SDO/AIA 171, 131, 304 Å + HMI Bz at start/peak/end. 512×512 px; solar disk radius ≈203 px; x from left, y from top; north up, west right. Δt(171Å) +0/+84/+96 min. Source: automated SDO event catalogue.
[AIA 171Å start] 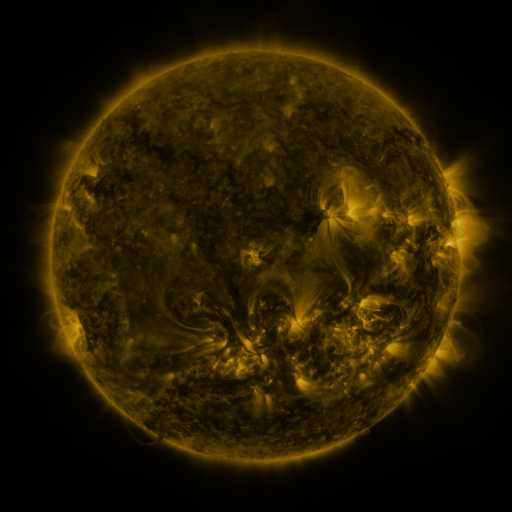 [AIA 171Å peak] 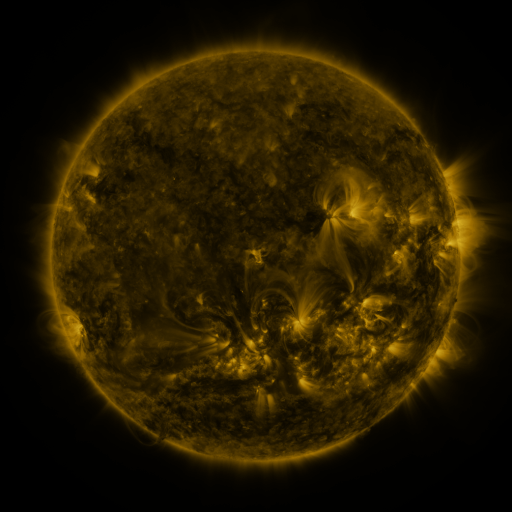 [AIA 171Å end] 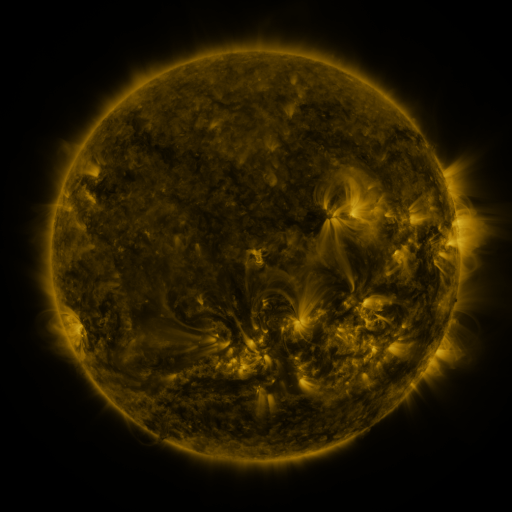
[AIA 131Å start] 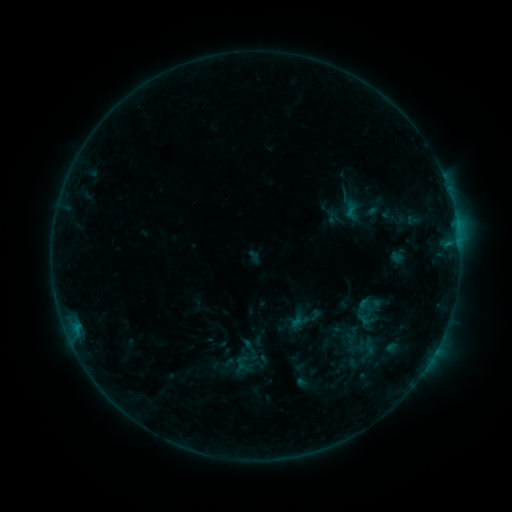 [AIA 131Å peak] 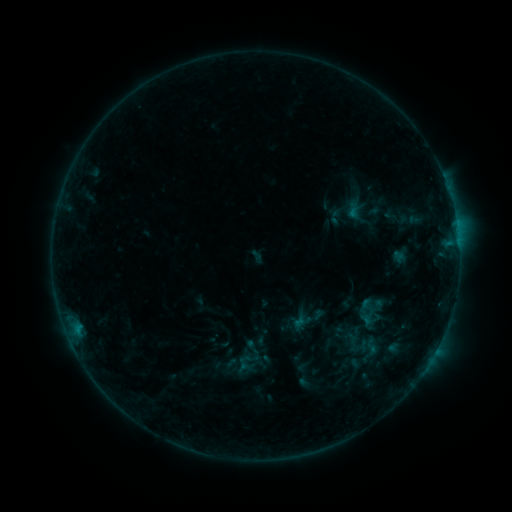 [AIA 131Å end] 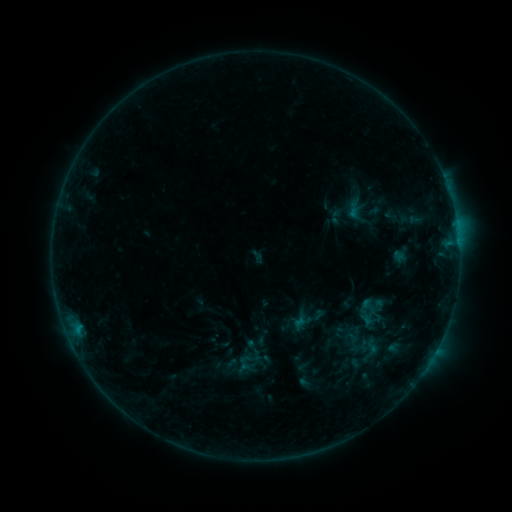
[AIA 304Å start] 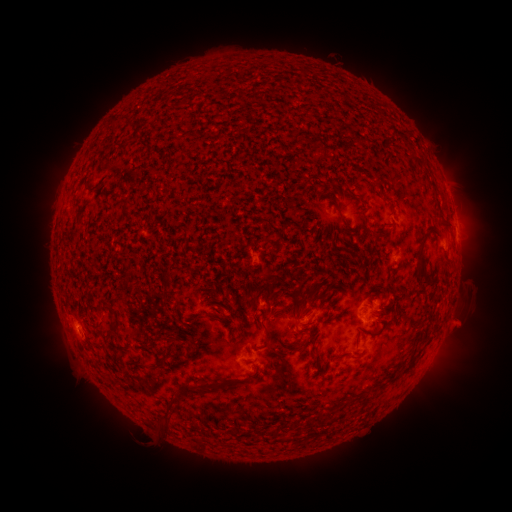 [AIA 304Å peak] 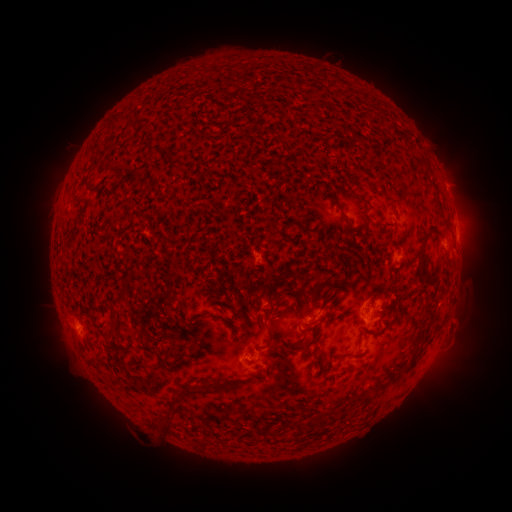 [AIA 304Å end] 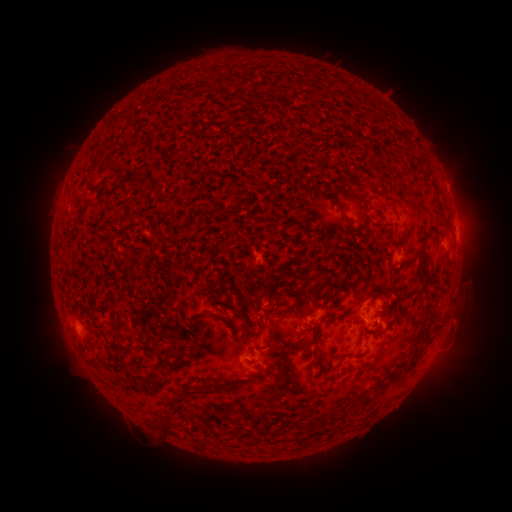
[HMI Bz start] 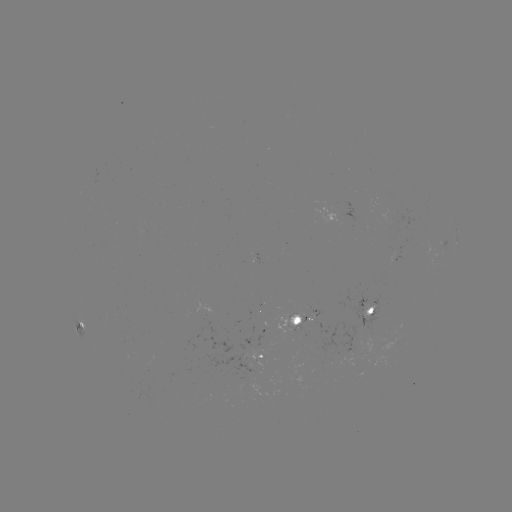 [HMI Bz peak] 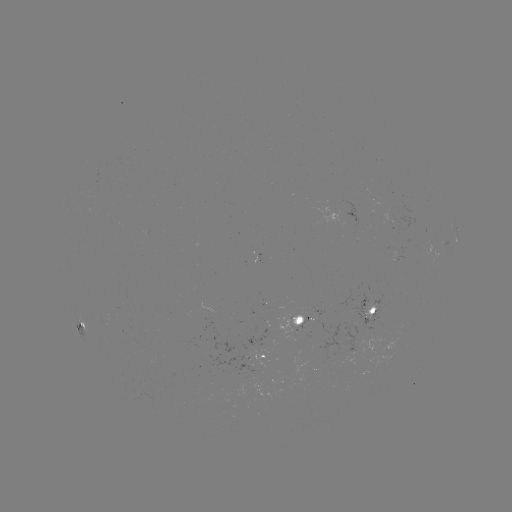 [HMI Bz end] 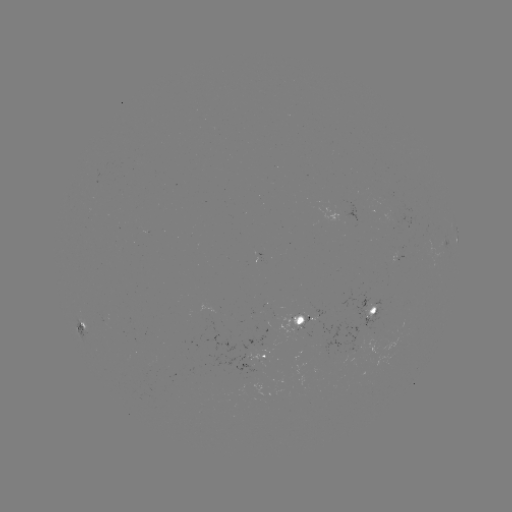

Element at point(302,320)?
emerging-flux region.